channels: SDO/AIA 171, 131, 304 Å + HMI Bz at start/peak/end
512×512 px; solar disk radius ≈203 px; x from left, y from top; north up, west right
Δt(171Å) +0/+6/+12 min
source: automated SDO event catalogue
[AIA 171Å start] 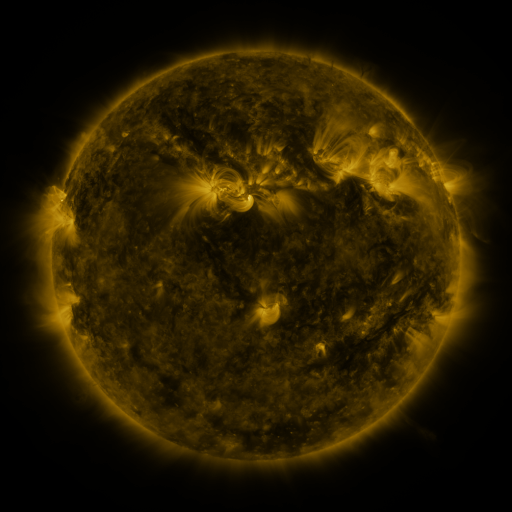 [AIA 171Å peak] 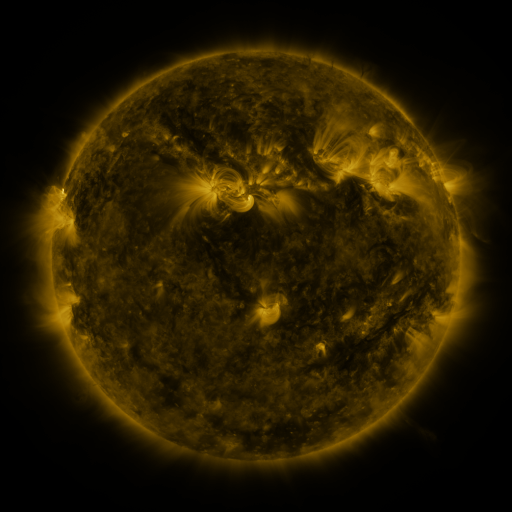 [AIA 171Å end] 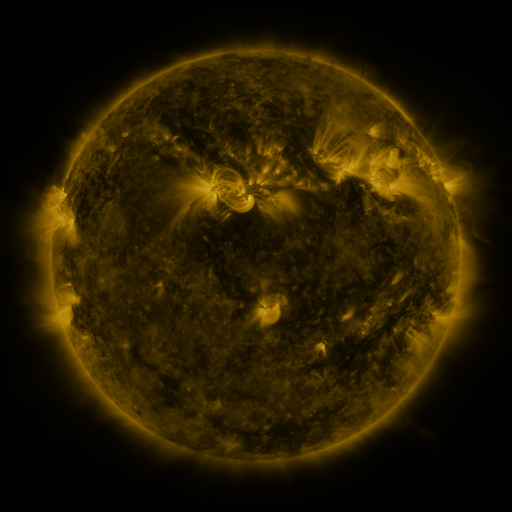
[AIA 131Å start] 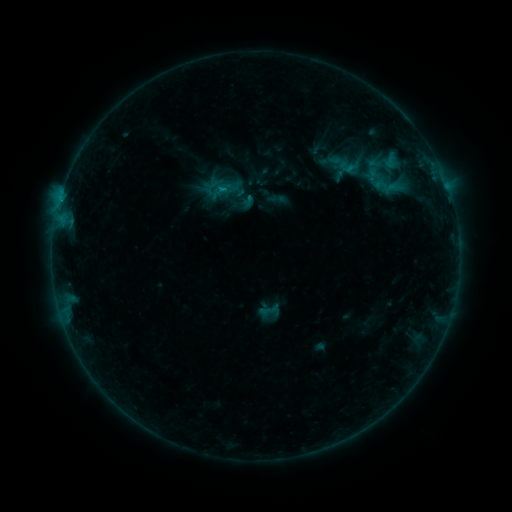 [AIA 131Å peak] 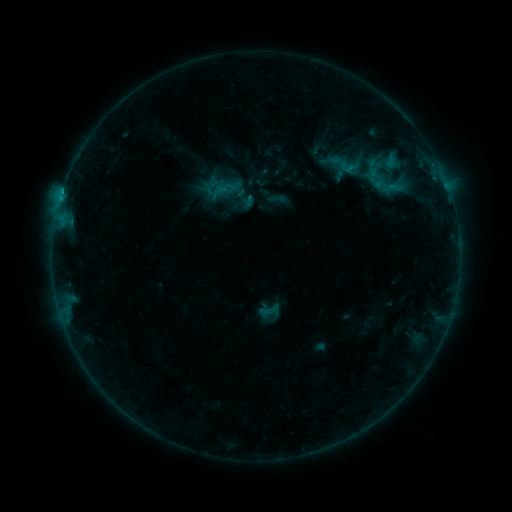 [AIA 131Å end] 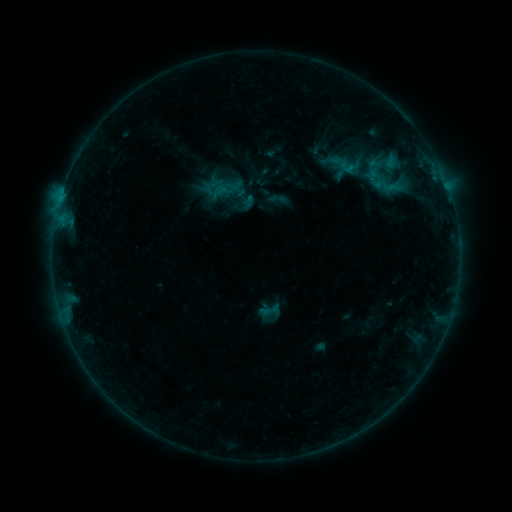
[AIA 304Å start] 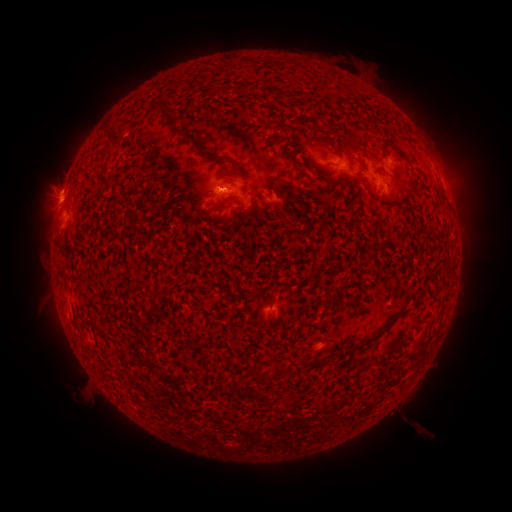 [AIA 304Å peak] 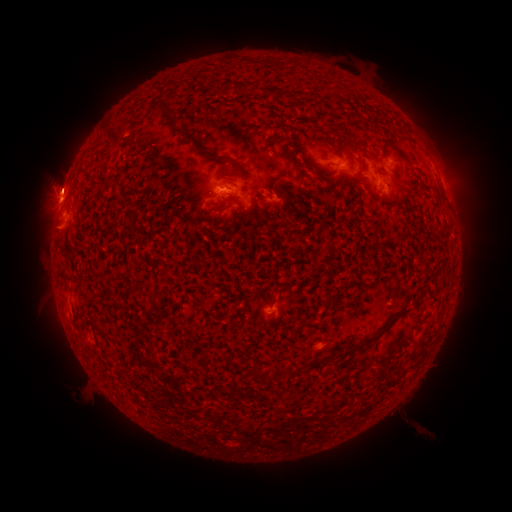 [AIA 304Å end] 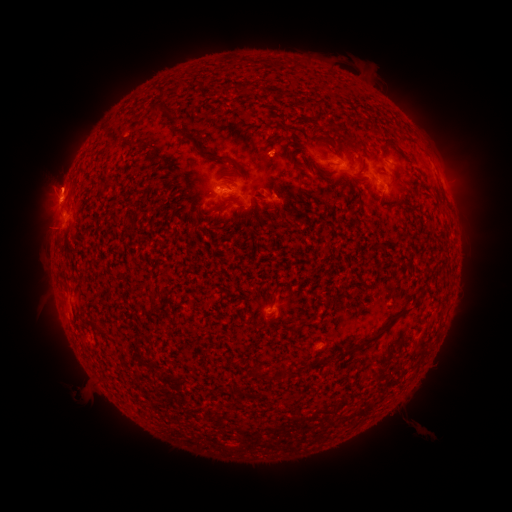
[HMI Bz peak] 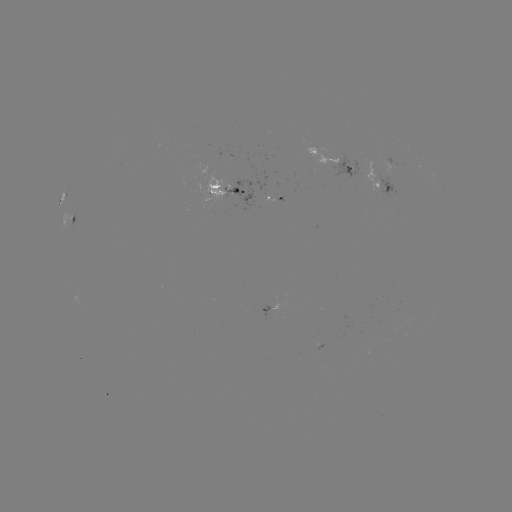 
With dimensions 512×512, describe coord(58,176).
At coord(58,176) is eruption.